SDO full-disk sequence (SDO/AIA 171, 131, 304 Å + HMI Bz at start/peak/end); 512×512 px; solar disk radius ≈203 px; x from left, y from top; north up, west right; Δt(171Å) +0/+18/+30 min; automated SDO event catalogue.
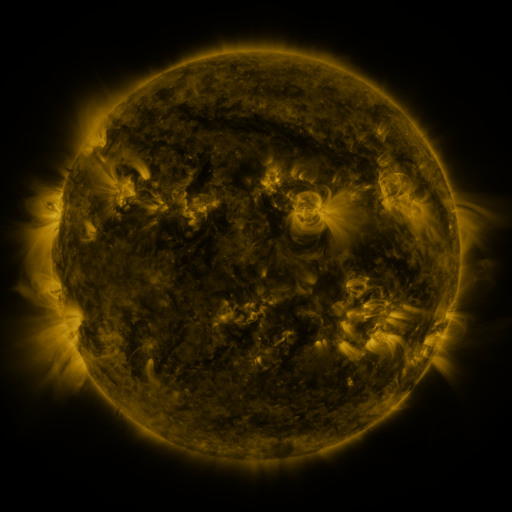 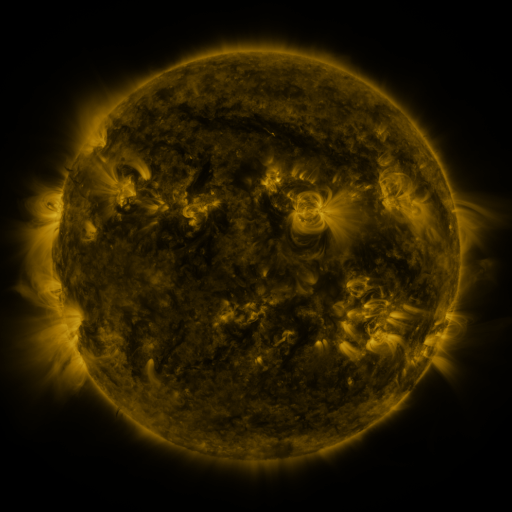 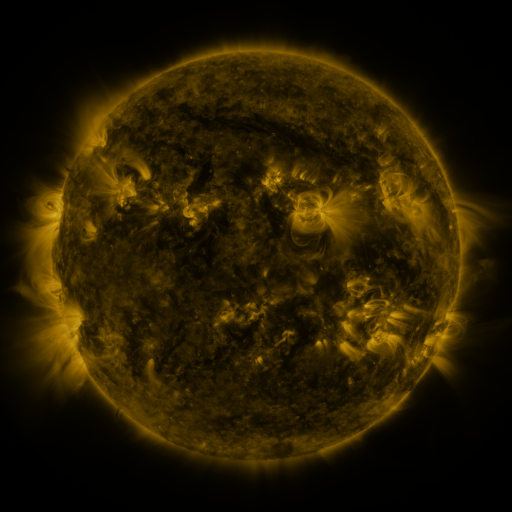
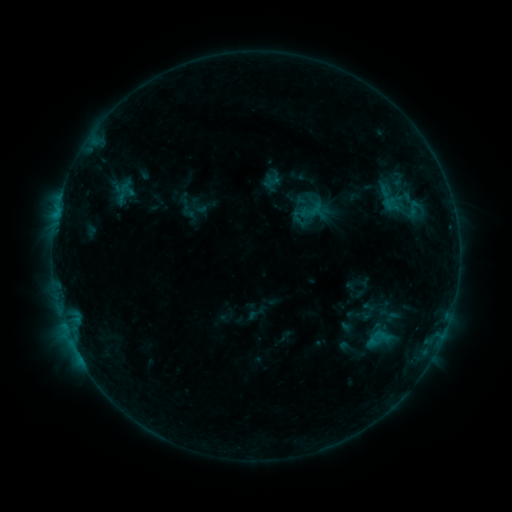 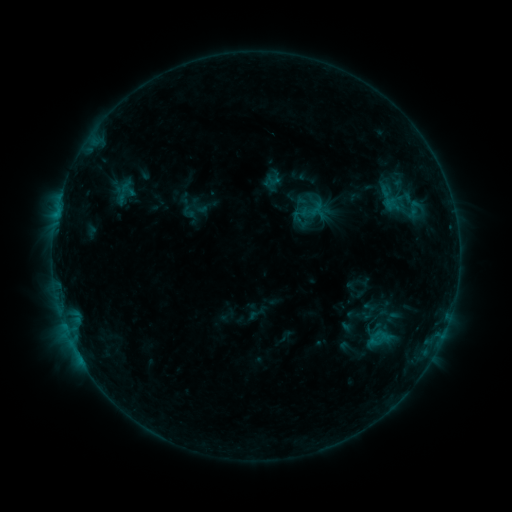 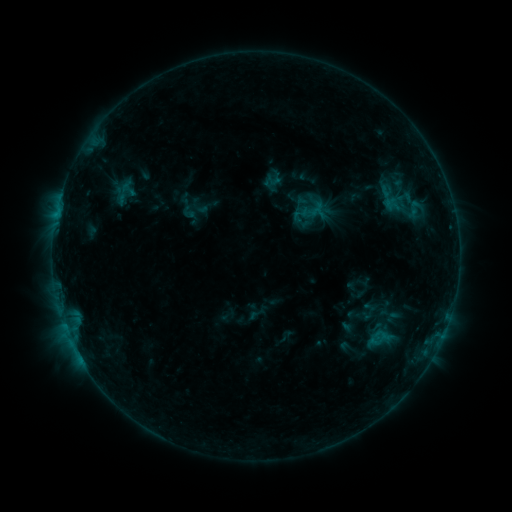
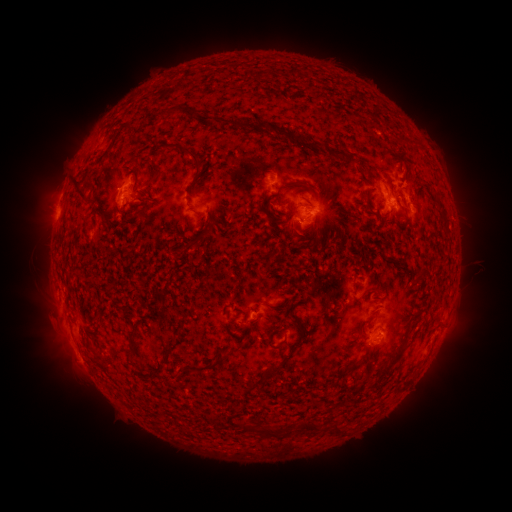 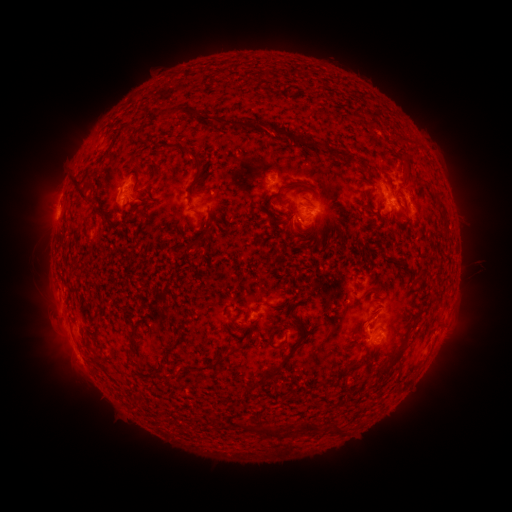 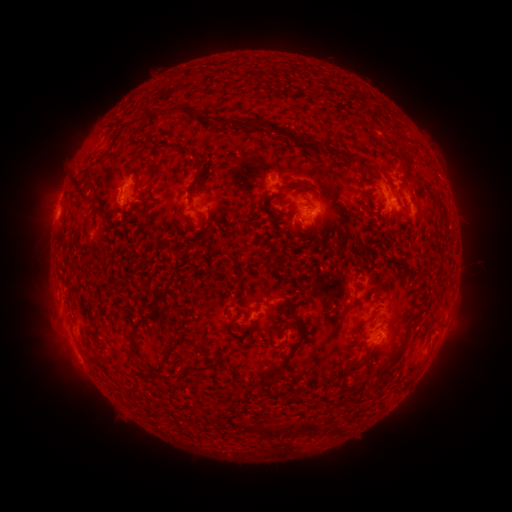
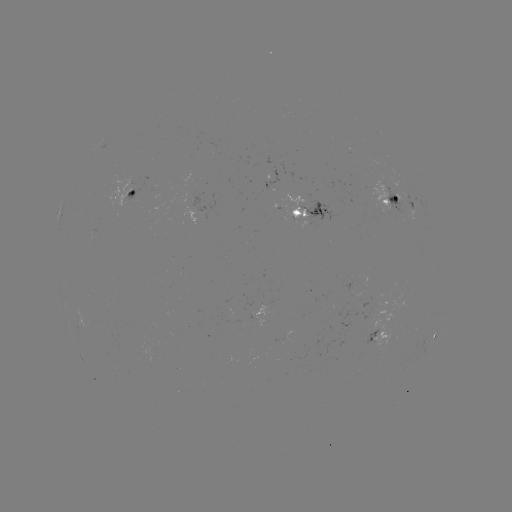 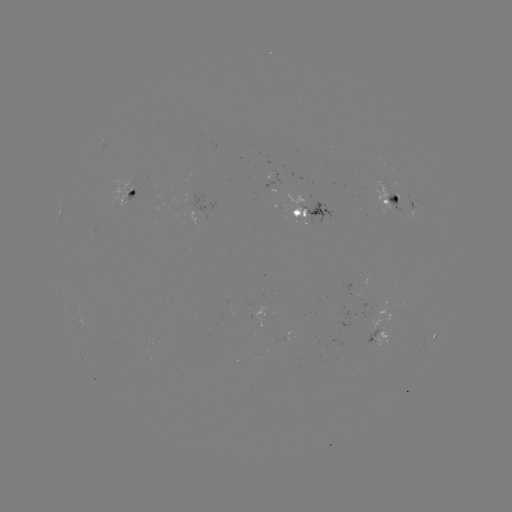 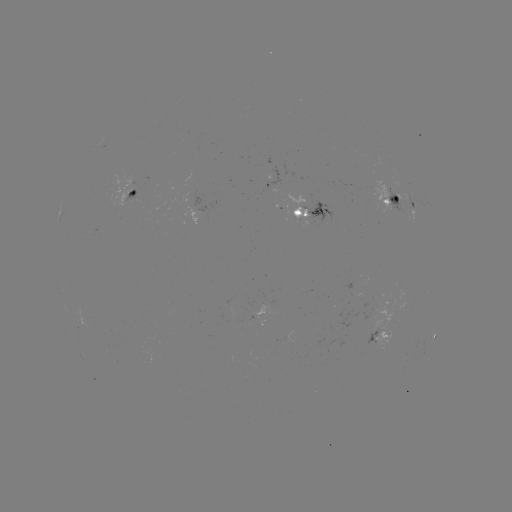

no catalogued flare and no flagged EUV brightening in this window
